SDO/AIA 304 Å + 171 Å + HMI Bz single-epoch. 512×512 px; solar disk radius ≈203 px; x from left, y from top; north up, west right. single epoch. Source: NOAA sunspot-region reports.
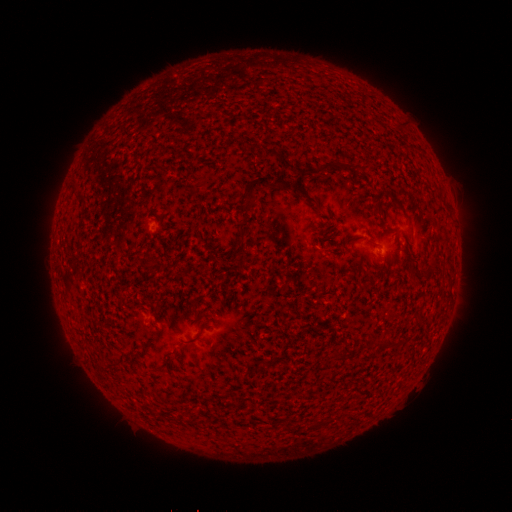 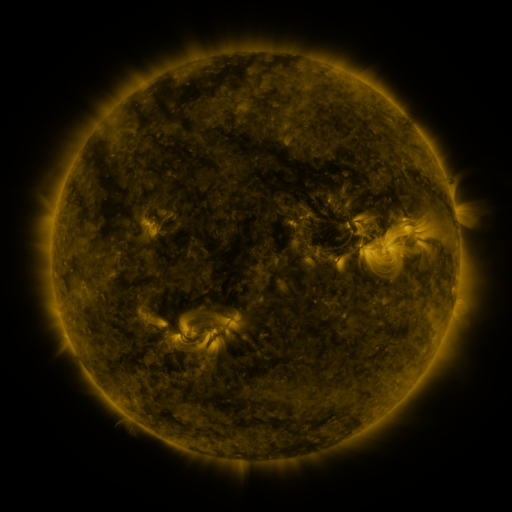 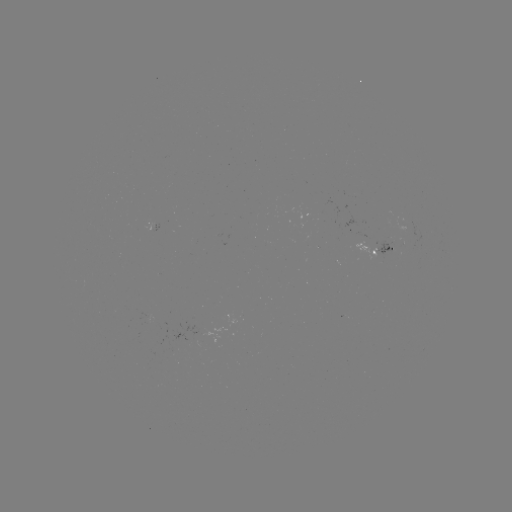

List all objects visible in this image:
spotted active region: (153, 226)
spotted active region: (386, 249)
